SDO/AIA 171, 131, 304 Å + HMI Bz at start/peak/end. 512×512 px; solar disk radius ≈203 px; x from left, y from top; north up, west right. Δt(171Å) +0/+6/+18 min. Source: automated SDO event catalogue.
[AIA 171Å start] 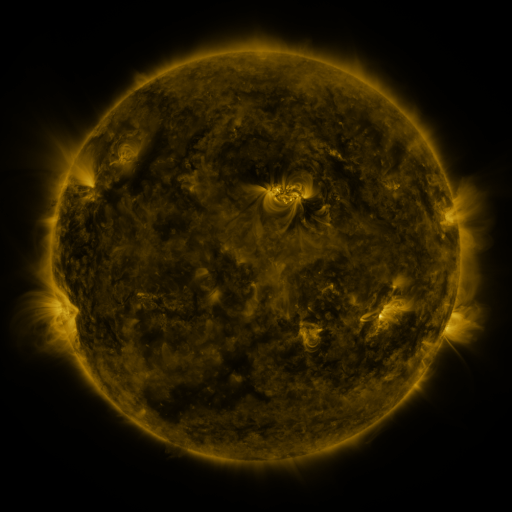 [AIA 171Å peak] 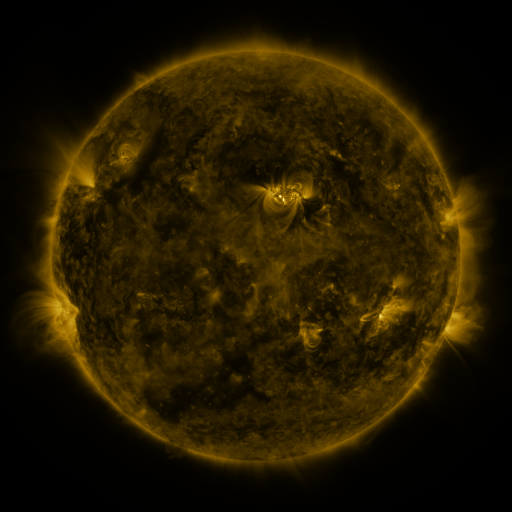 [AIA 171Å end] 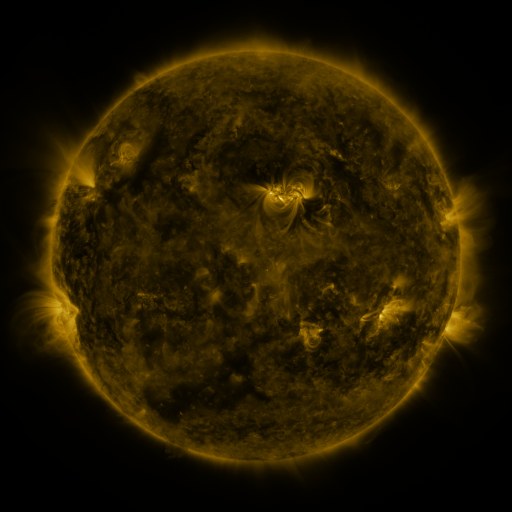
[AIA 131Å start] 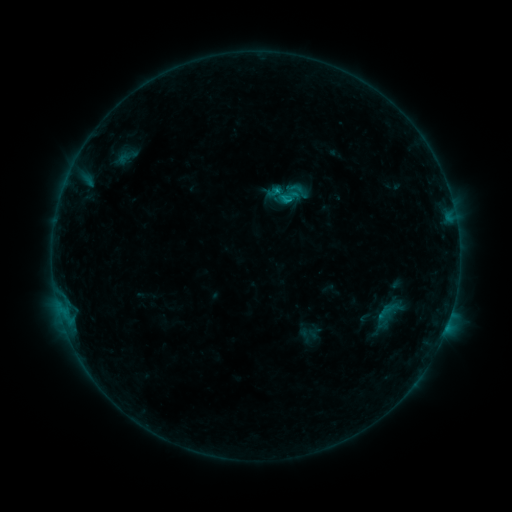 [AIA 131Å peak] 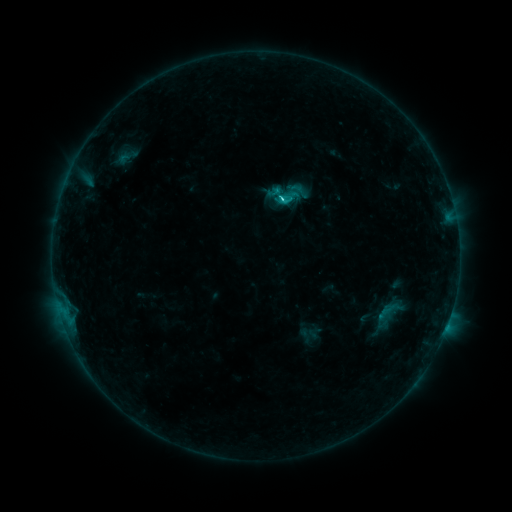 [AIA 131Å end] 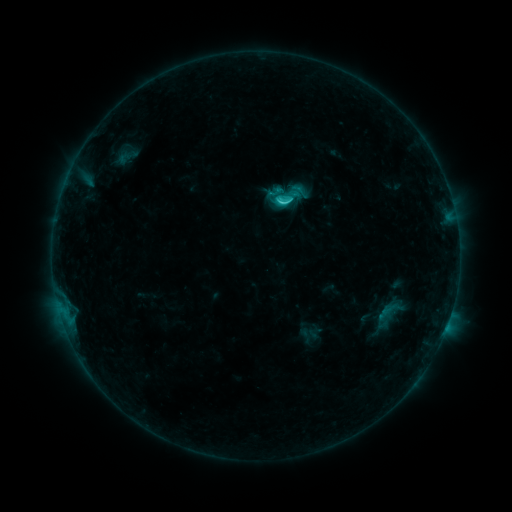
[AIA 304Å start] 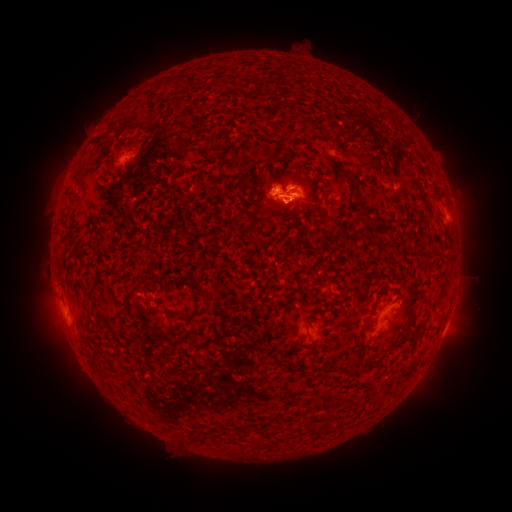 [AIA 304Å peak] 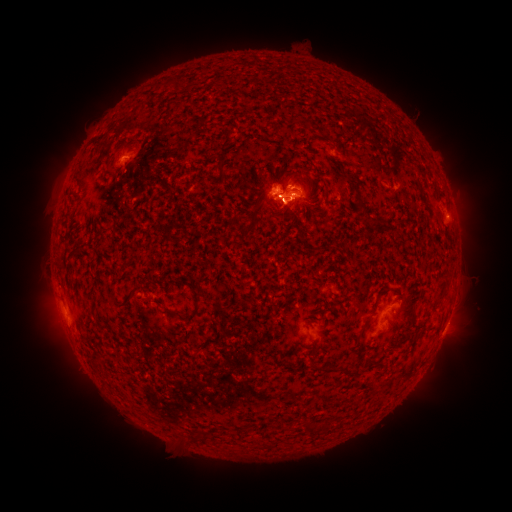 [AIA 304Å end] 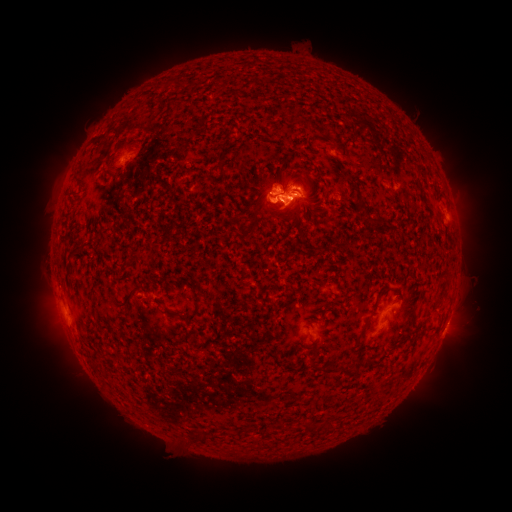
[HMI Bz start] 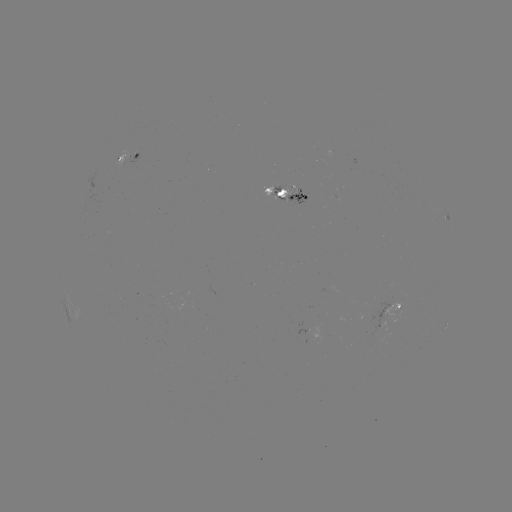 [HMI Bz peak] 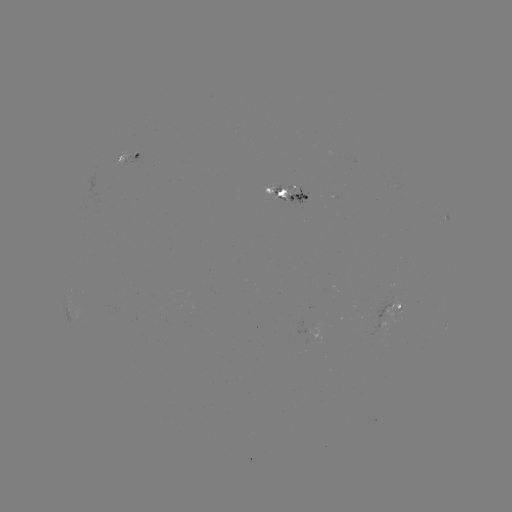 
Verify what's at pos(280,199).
C3.6 flare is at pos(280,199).